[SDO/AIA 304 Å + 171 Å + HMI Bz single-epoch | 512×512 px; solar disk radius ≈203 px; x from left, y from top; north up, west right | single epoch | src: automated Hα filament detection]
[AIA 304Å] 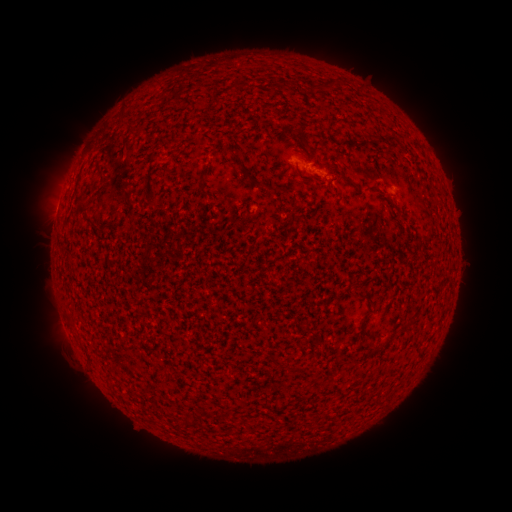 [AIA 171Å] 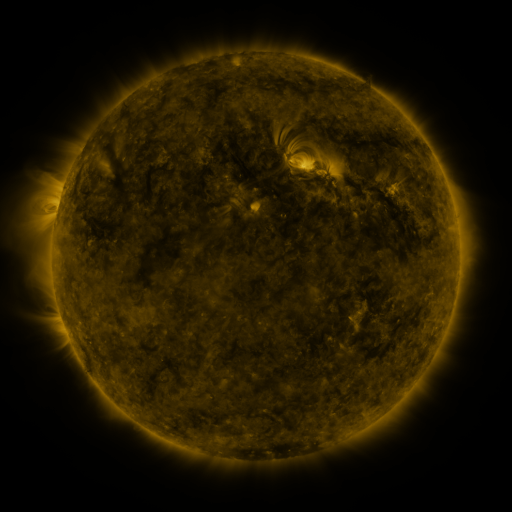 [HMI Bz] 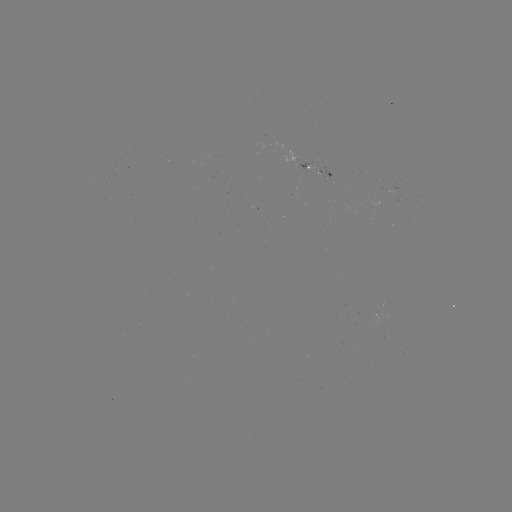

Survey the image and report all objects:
filament: [233, 79, 241, 92]
filament: [385, 134, 398, 145]
filament: [229, 147, 245, 168]
filament: [294, 165, 303, 177]
filament: [199, 168, 209, 195]
filament: [77, 193, 89, 215]
filament: [288, 211, 298, 223]
filament: [384, 335, 392, 346]
filament: [311, 340, 322, 348]
